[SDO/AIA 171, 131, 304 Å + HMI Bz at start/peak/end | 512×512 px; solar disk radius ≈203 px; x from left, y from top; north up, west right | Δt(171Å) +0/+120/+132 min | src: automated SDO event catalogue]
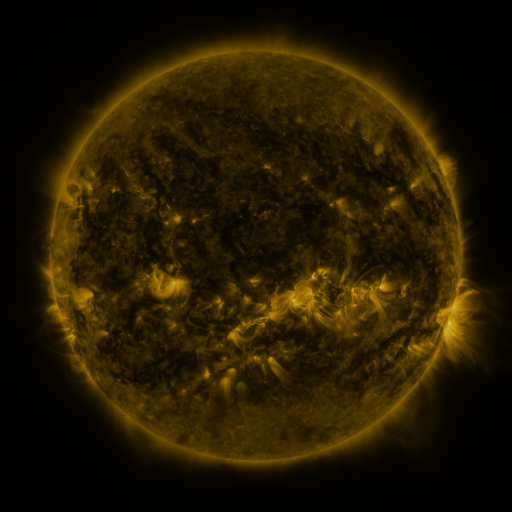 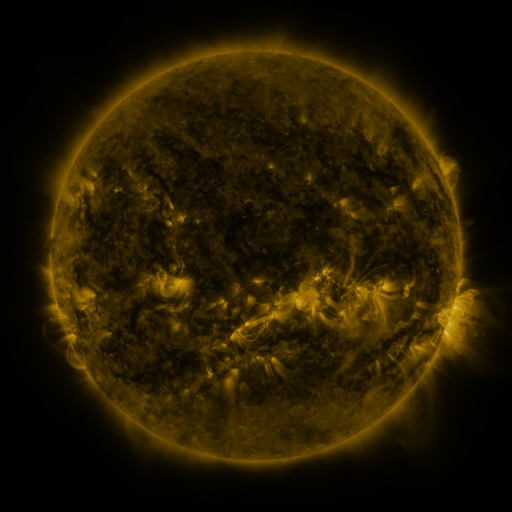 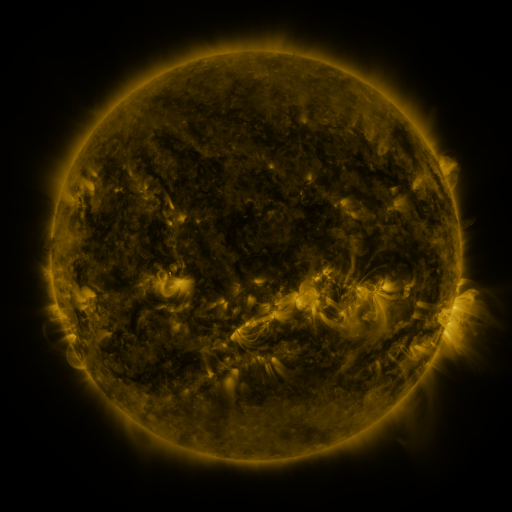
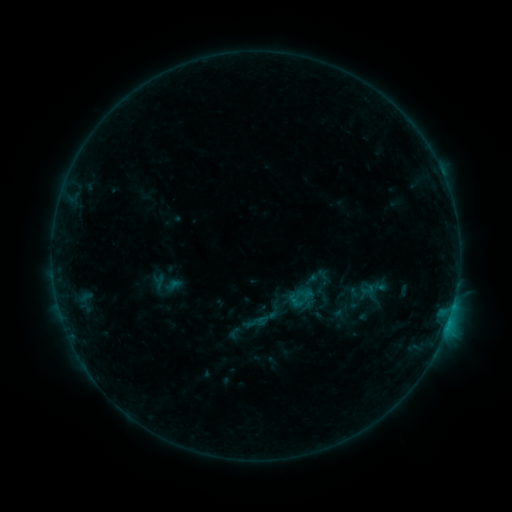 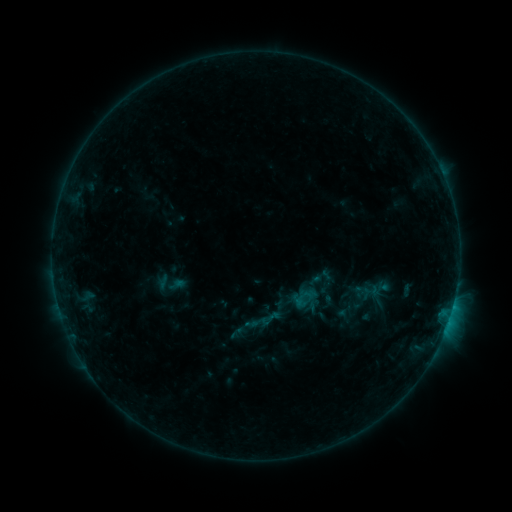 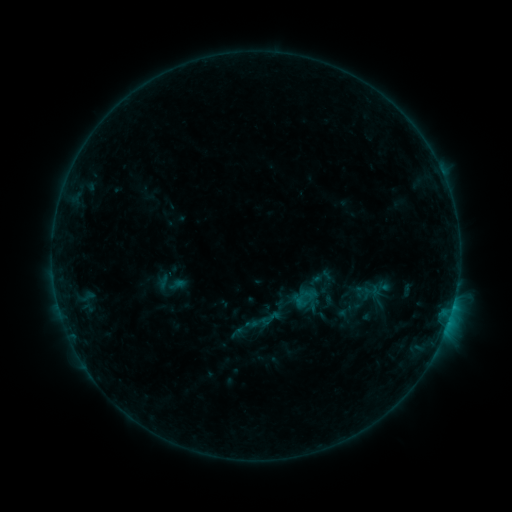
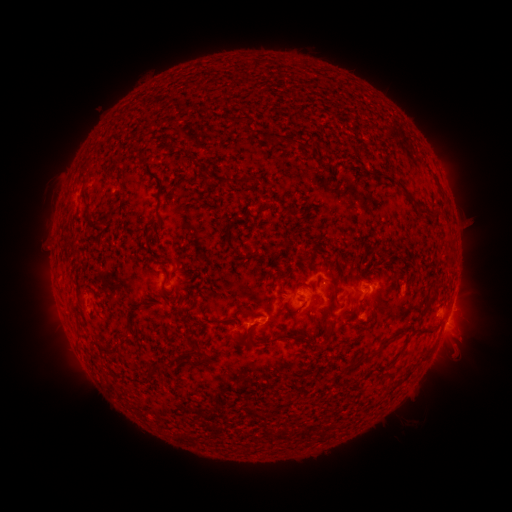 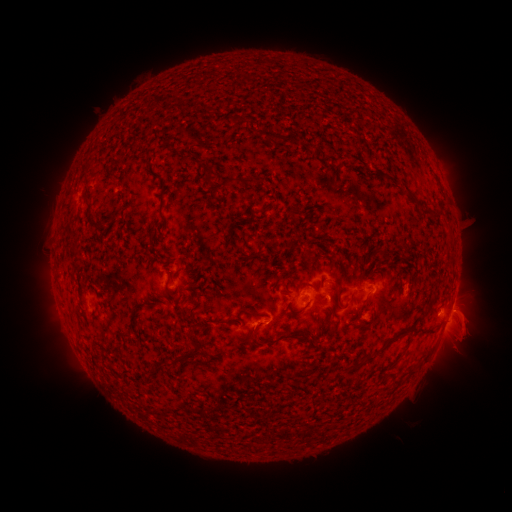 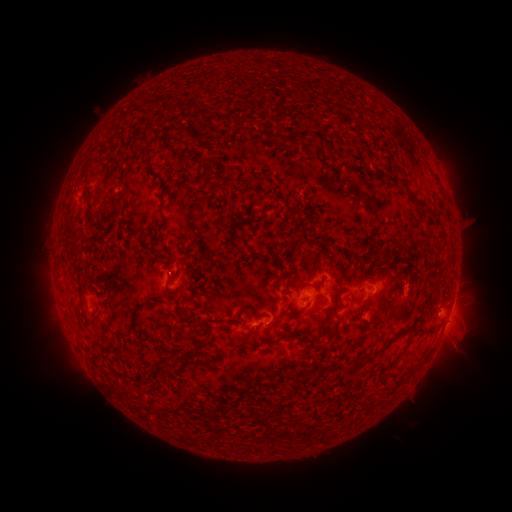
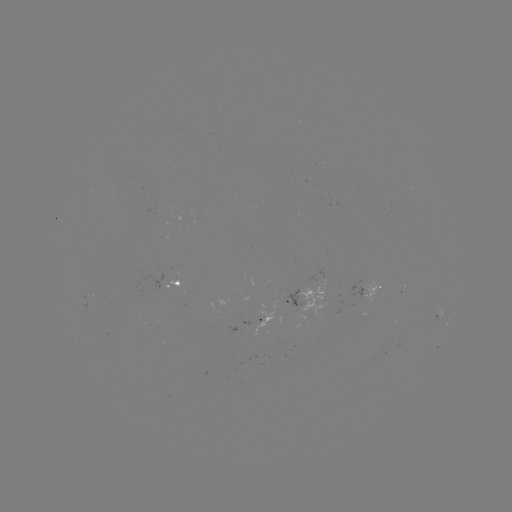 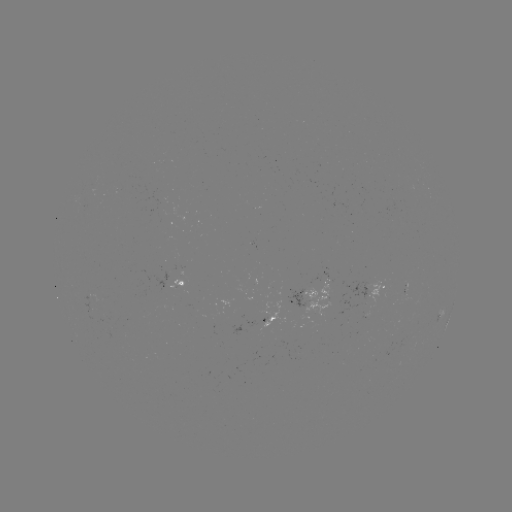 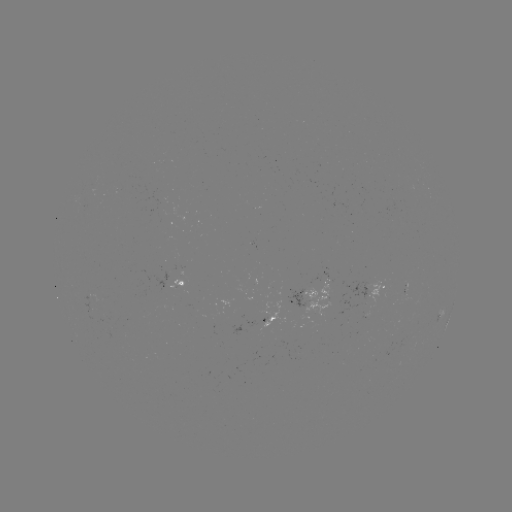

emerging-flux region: (81, 294, 94, 312)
